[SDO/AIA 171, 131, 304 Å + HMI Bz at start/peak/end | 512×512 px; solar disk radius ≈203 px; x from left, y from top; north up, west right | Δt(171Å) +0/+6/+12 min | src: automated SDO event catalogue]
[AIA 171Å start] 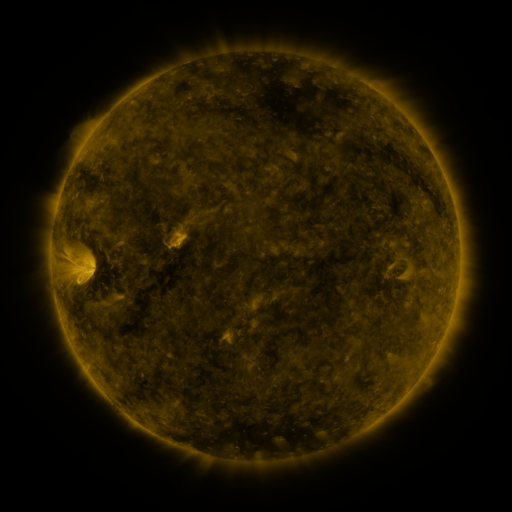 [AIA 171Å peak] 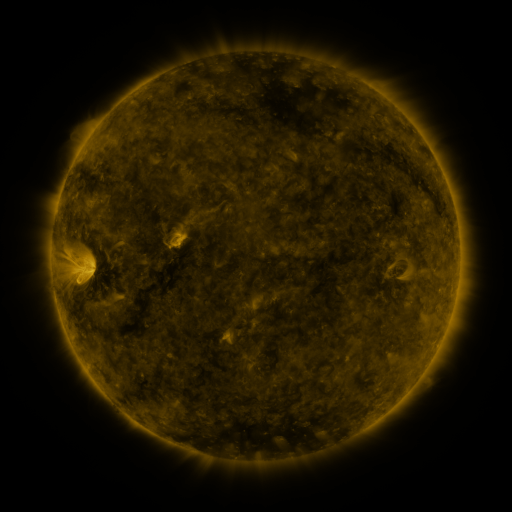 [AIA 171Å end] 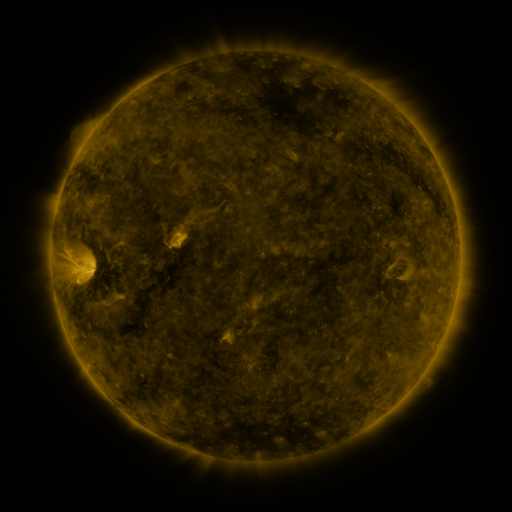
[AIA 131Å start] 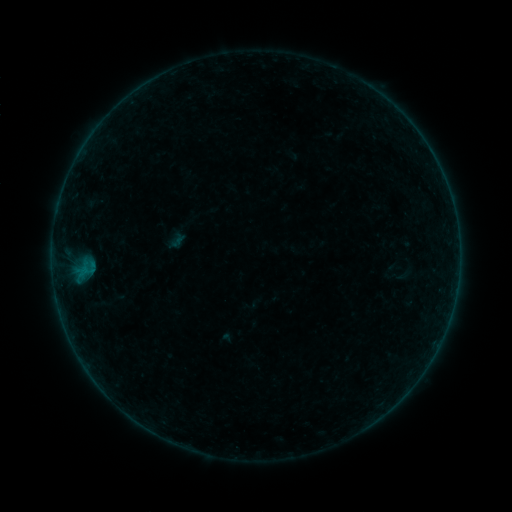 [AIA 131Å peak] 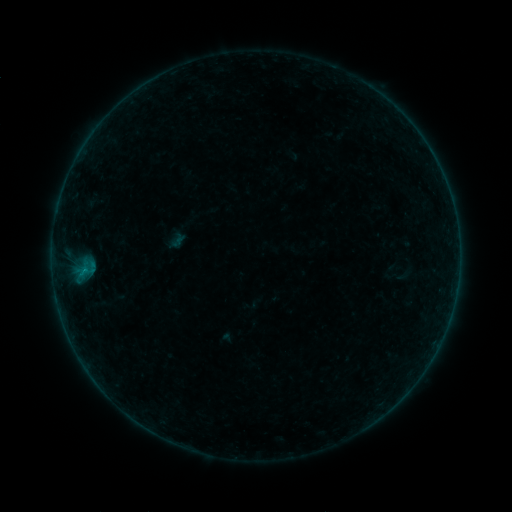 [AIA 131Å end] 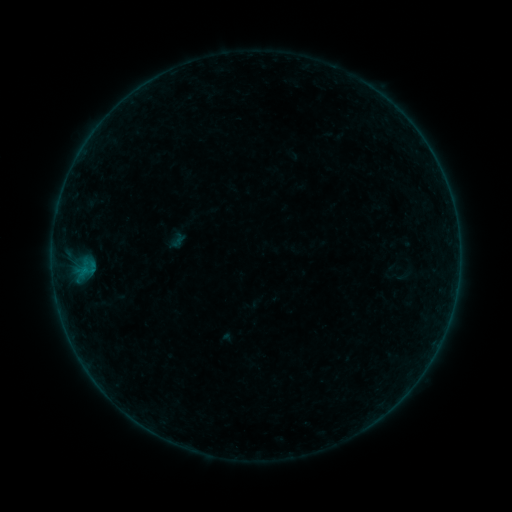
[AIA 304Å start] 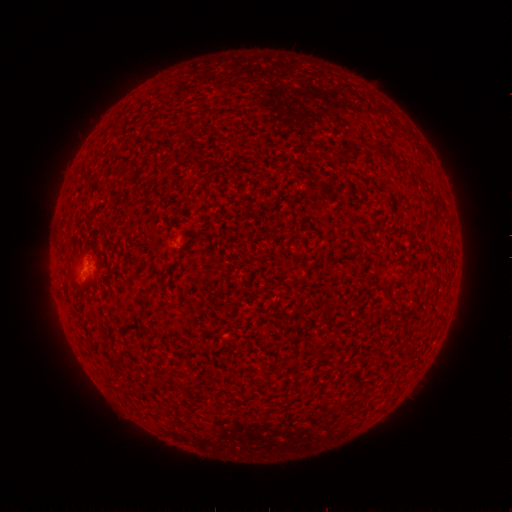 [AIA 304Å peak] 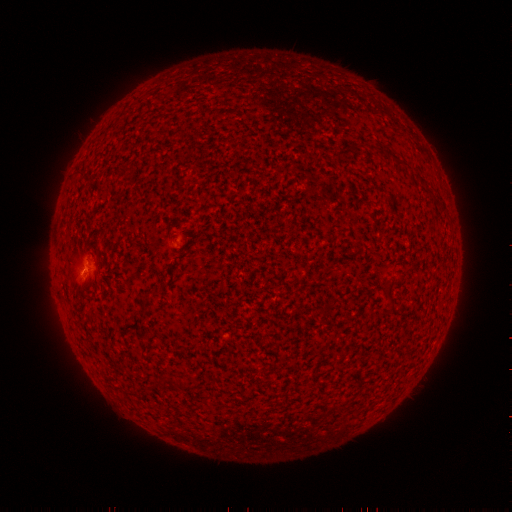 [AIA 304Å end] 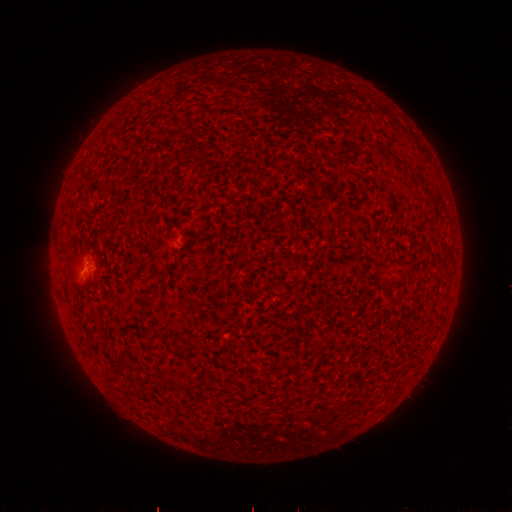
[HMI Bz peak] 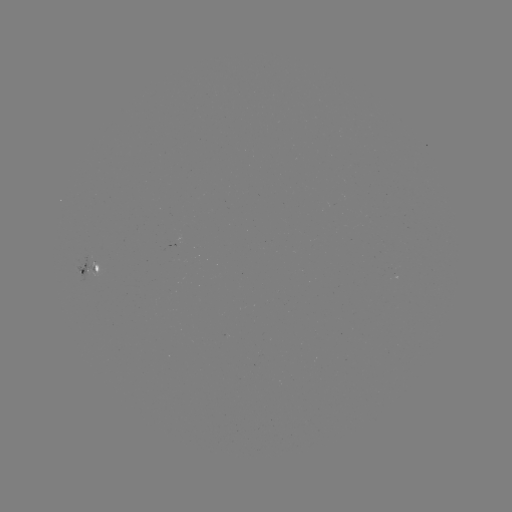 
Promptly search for B1.1 flare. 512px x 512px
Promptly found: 86,268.